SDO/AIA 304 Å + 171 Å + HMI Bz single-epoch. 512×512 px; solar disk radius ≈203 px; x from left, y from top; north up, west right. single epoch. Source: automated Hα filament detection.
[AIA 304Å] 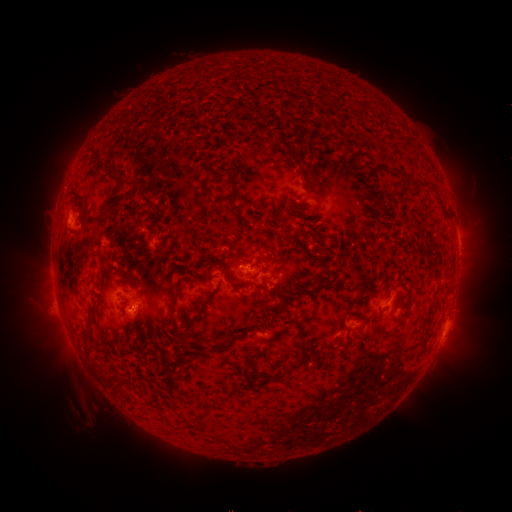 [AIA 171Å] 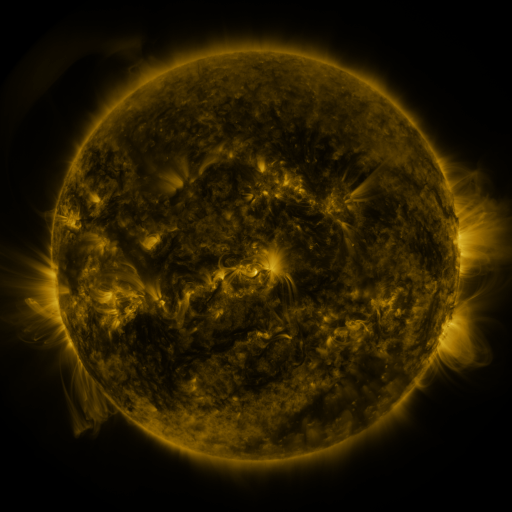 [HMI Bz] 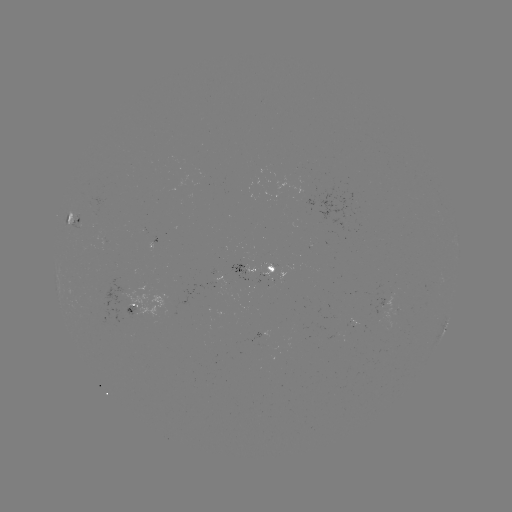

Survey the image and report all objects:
filament: [97, 163, 125, 217]
filament: [227, 176, 236, 209]
filament: [416, 178, 435, 190]
filament: [201, 189, 210, 198]
filament: [436, 195, 449, 215]
filament: [409, 220, 423, 237]
filament: [314, 245, 324, 253]
filament: [306, 280, 327, 291]
filament: [171, 289, 181, 309]
filament: [191, 291, 216, 325]
filament: [83, 307, 98, 345]
filament: [275, 319, 310, 381]
filament: [376, 323, 386, 337]
filament: [187, 349, 205, 362]
filament: [248, 350, 265, 361]
filament: [243, 363, 253, 384]
